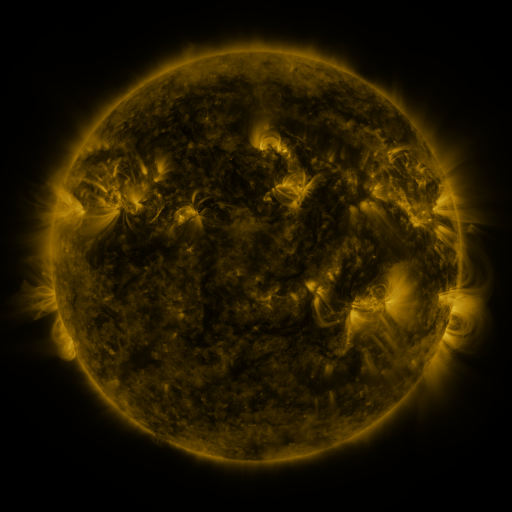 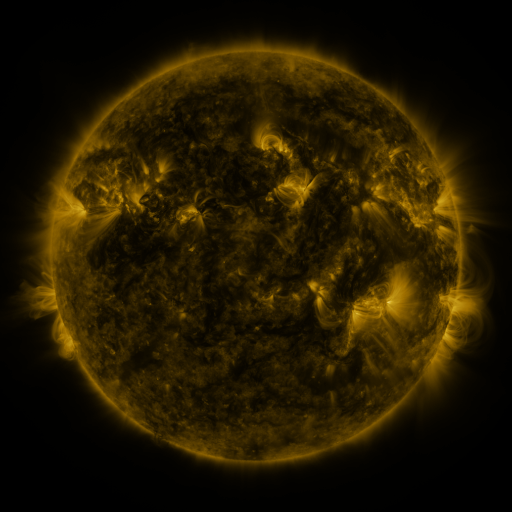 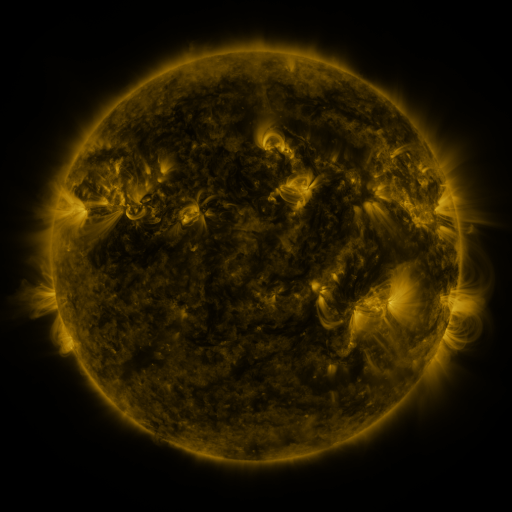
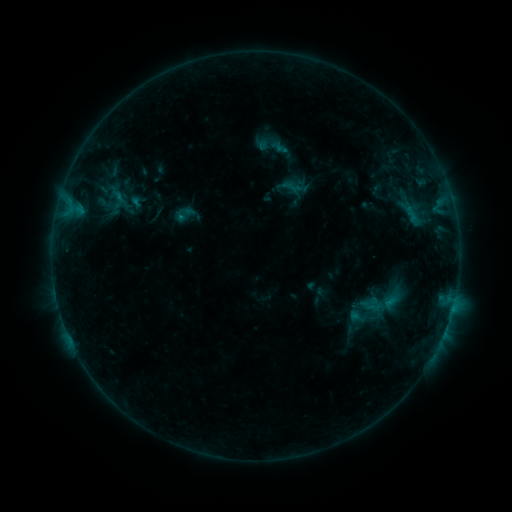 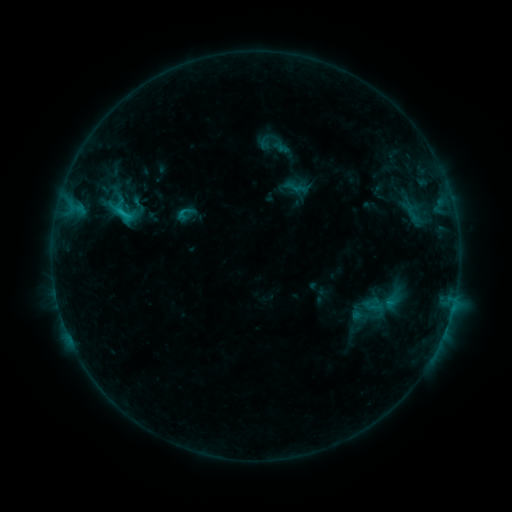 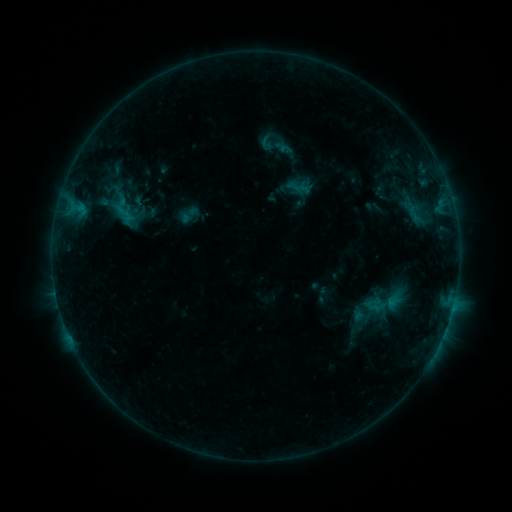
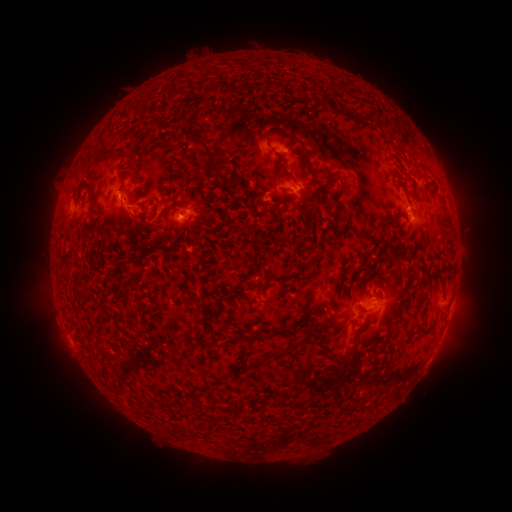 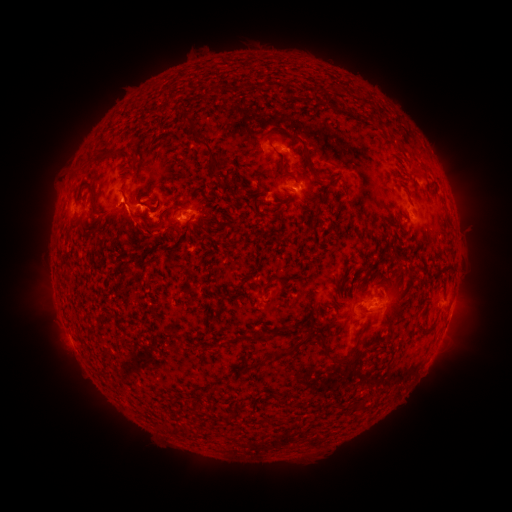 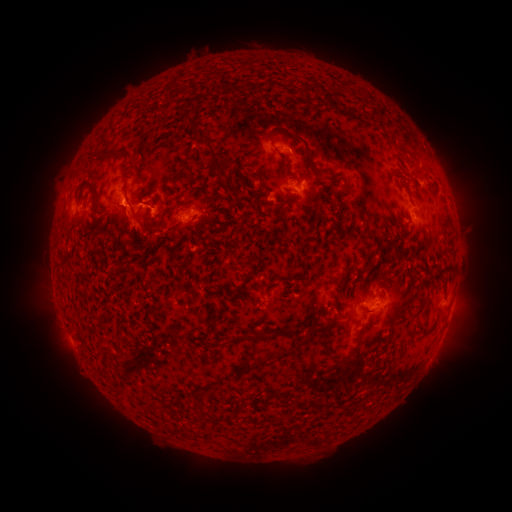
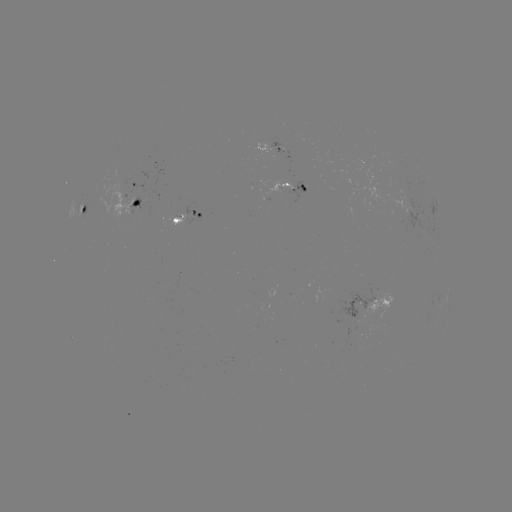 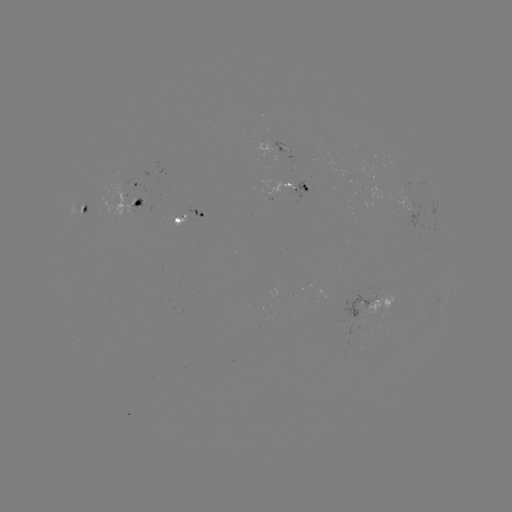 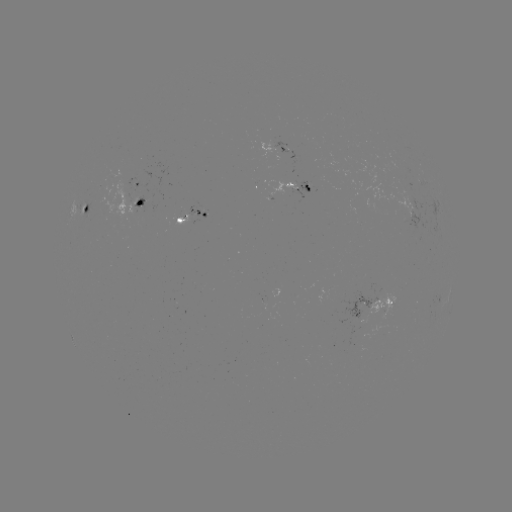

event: flare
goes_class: C1.8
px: (123, 215)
